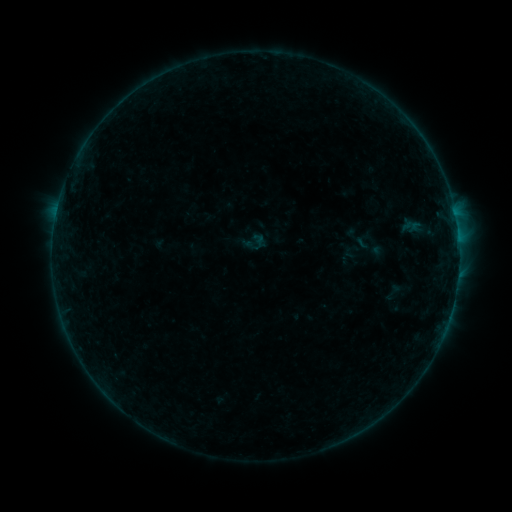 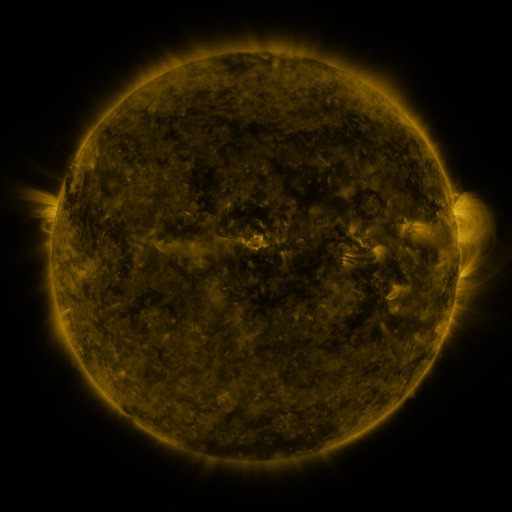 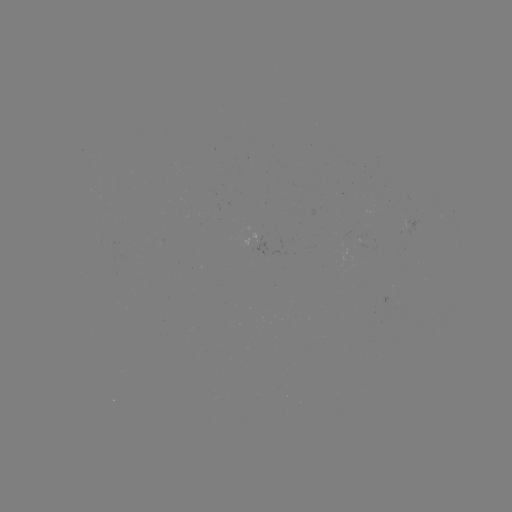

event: sigmoid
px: (393, 292)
